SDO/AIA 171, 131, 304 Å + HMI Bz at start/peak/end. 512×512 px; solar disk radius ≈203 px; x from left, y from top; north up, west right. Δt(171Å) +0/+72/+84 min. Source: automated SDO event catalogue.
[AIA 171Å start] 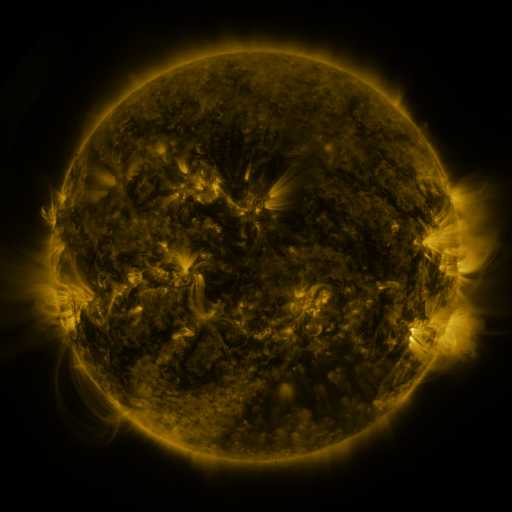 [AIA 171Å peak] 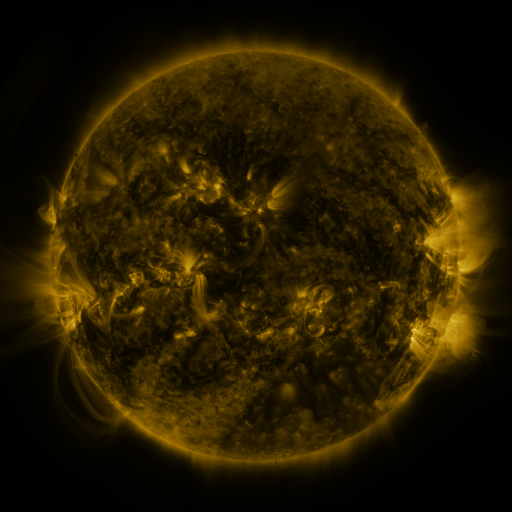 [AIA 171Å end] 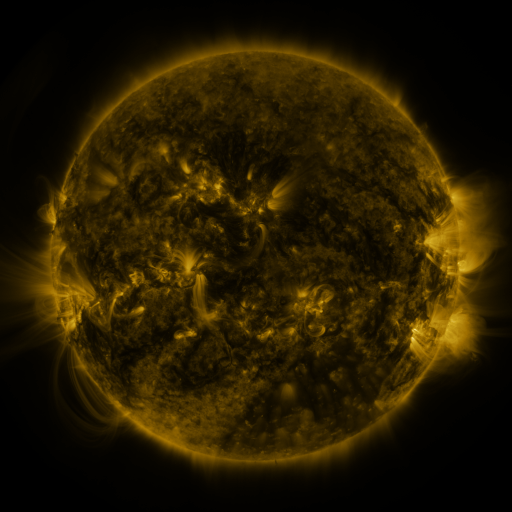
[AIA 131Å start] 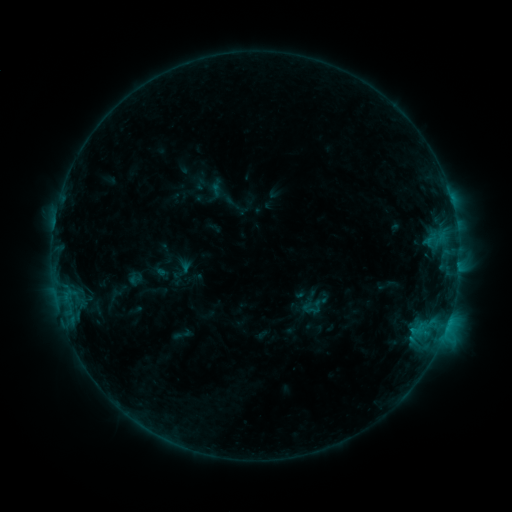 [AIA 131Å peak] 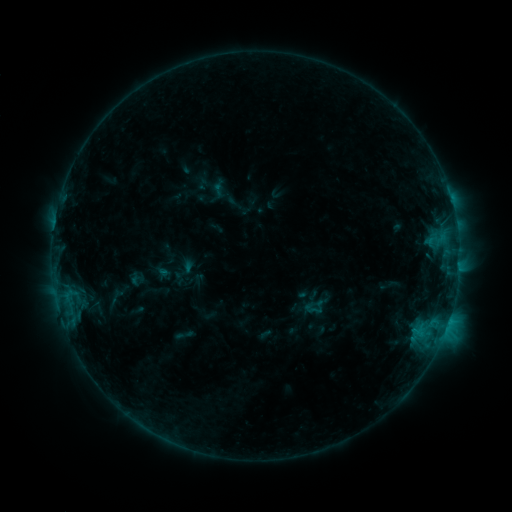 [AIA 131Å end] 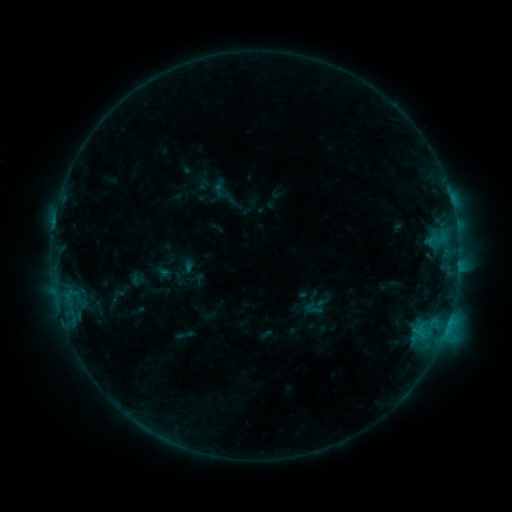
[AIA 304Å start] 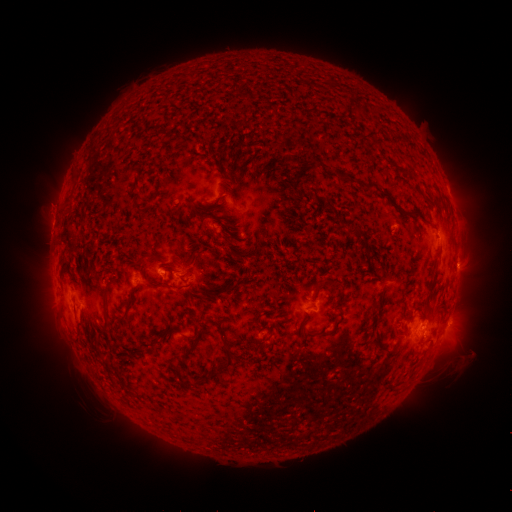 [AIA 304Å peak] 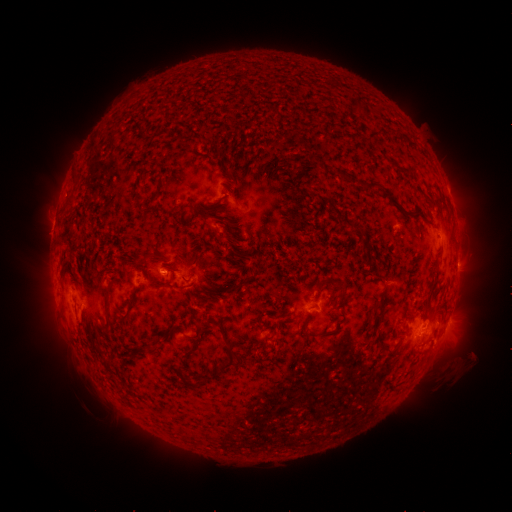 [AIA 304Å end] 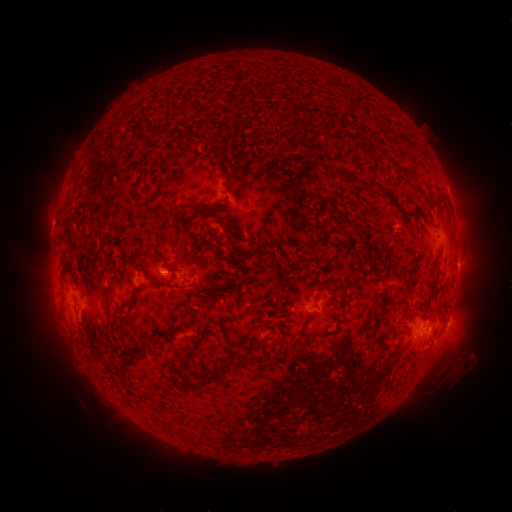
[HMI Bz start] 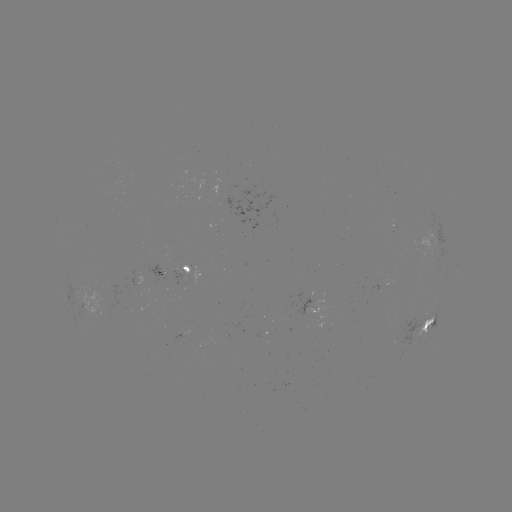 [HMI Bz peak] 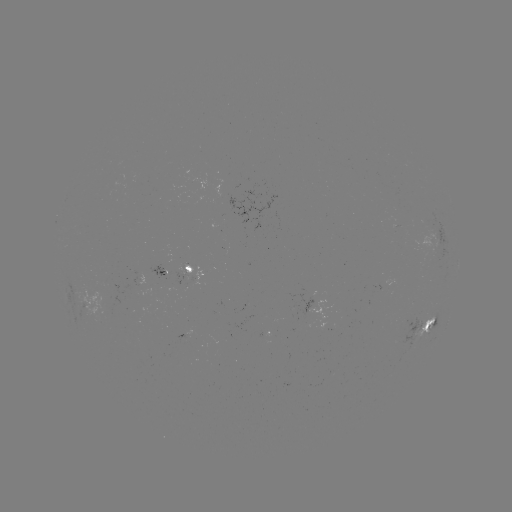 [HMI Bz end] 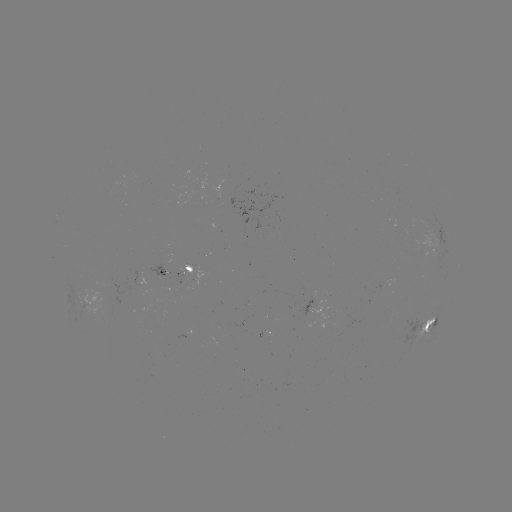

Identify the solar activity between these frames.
emerging-flux region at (163, 271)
